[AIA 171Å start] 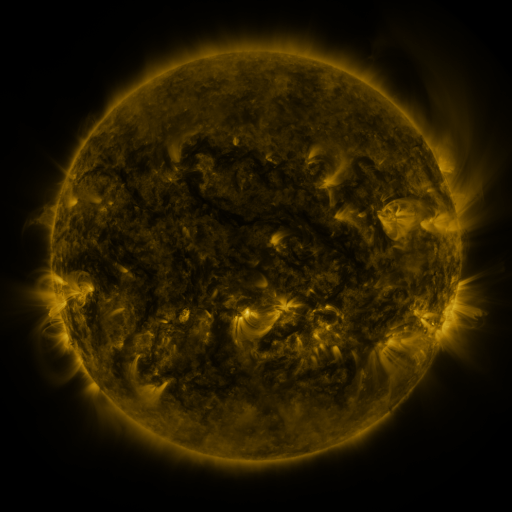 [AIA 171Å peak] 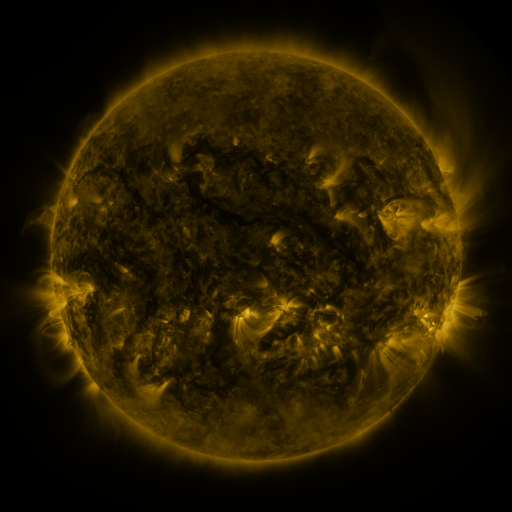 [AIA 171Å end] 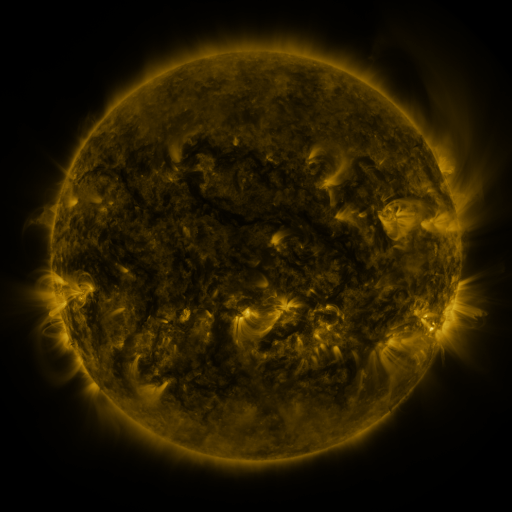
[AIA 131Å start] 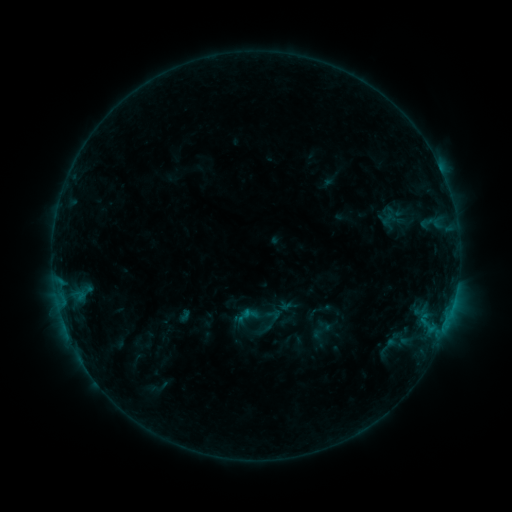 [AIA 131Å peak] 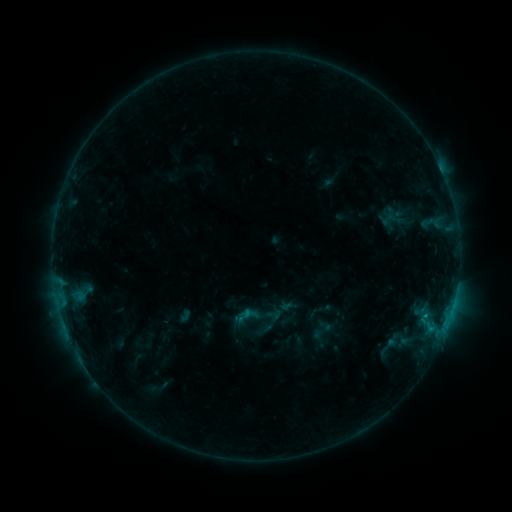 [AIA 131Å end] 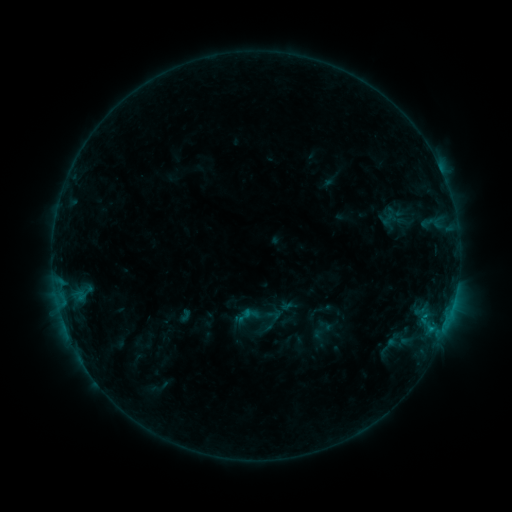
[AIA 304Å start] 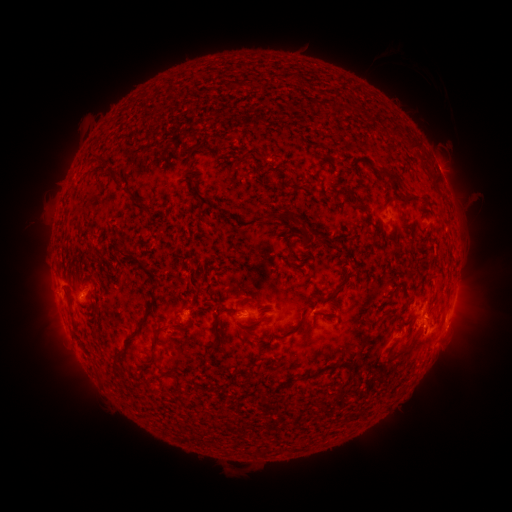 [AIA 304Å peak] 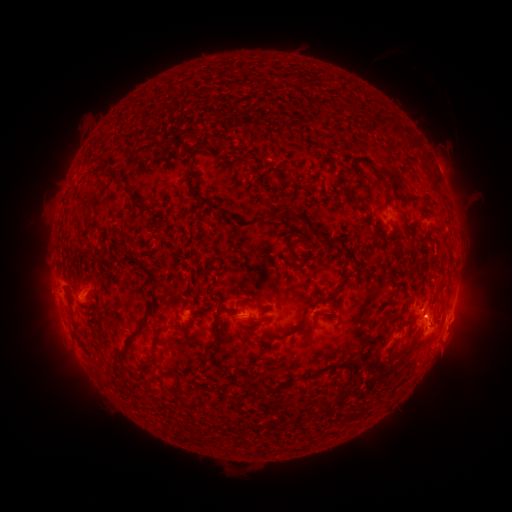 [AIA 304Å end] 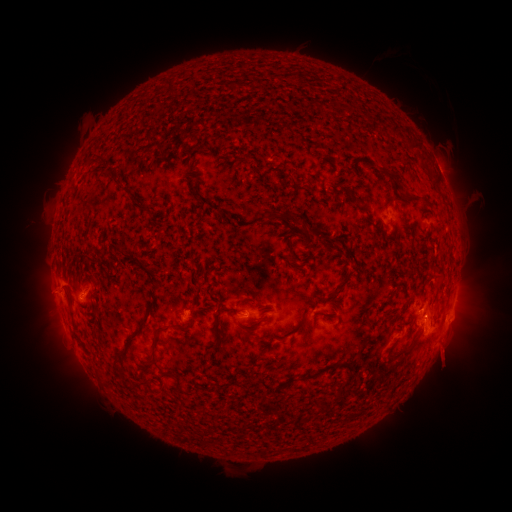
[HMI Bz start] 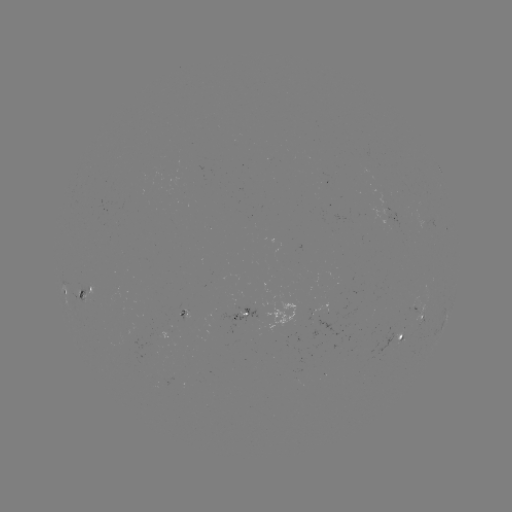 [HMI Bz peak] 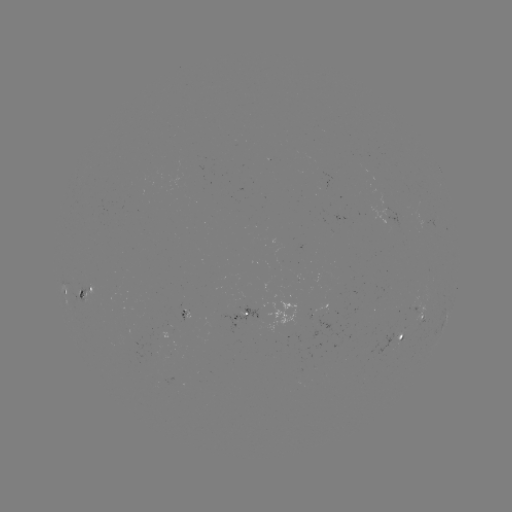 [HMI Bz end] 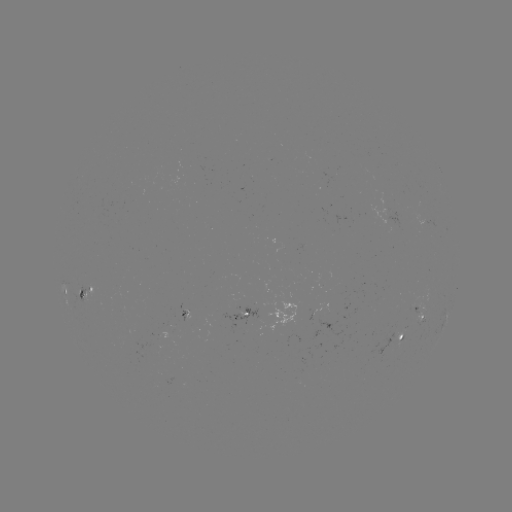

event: eruption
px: (442, 339)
